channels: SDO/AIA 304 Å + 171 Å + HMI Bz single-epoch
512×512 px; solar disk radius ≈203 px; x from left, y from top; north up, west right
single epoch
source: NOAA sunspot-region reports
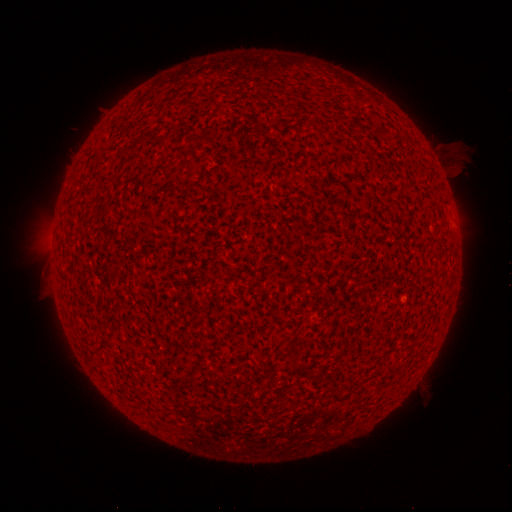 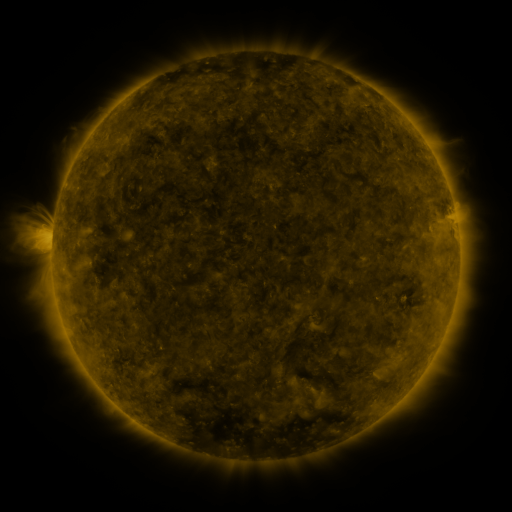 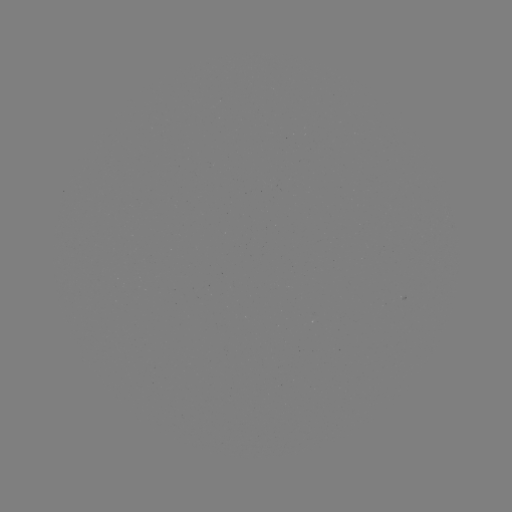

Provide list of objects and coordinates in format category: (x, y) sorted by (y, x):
(none)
